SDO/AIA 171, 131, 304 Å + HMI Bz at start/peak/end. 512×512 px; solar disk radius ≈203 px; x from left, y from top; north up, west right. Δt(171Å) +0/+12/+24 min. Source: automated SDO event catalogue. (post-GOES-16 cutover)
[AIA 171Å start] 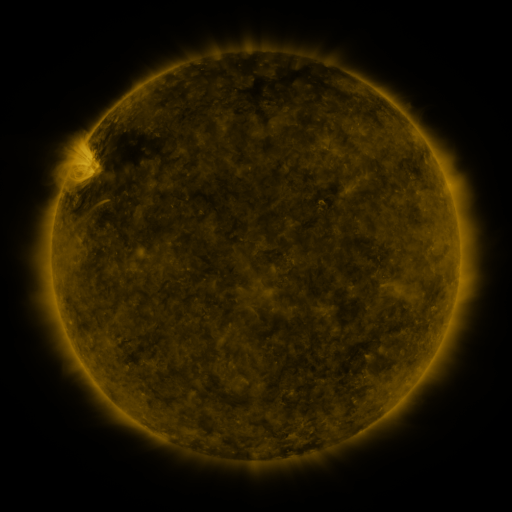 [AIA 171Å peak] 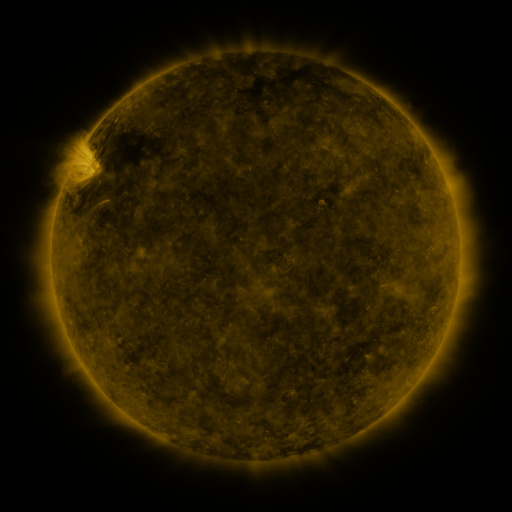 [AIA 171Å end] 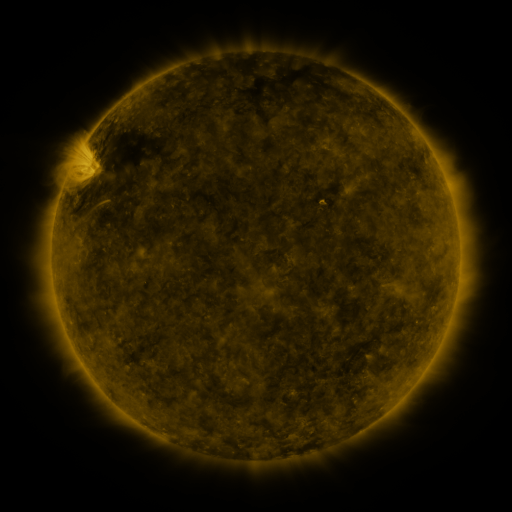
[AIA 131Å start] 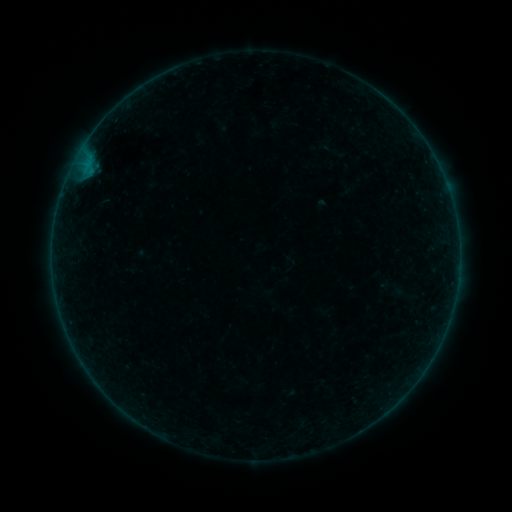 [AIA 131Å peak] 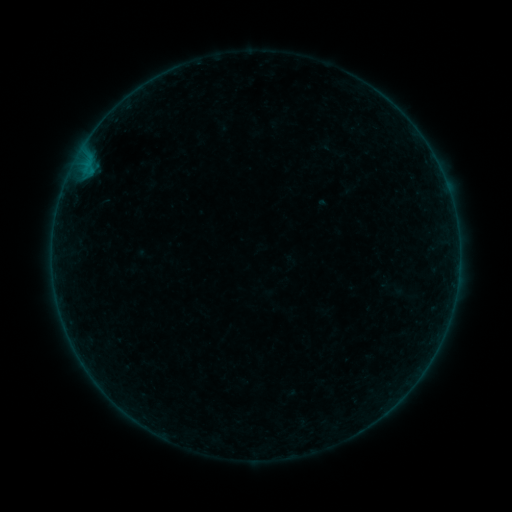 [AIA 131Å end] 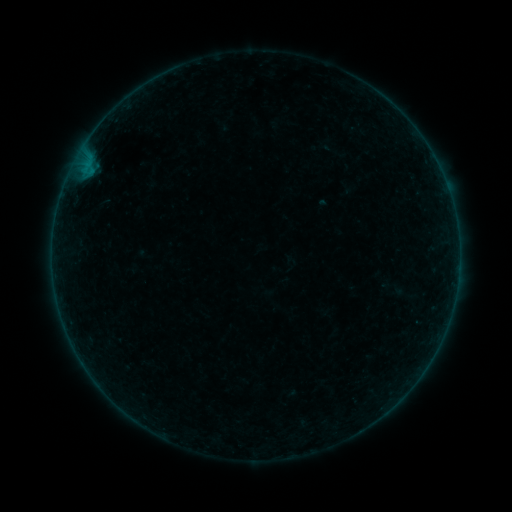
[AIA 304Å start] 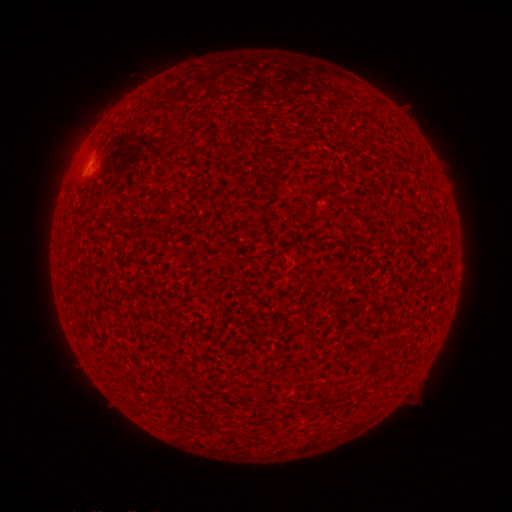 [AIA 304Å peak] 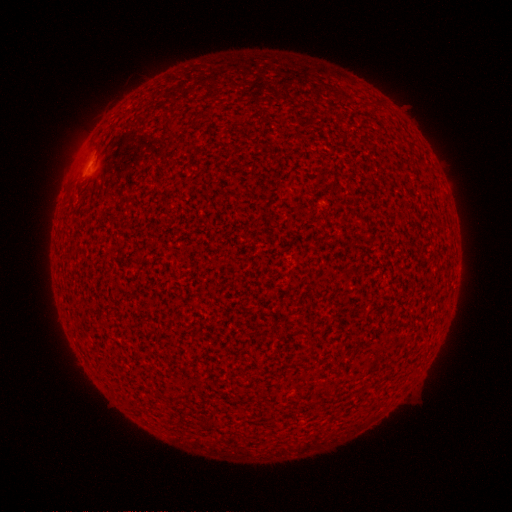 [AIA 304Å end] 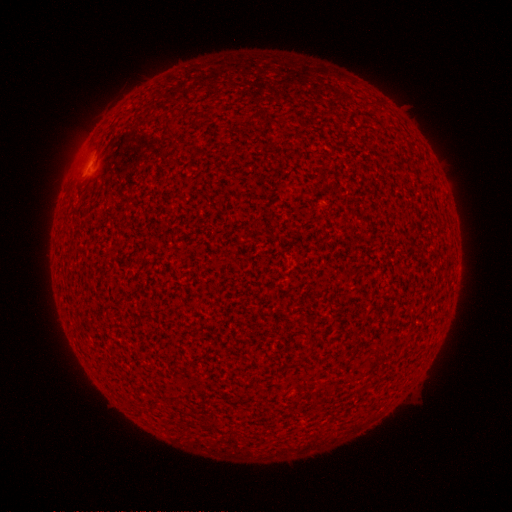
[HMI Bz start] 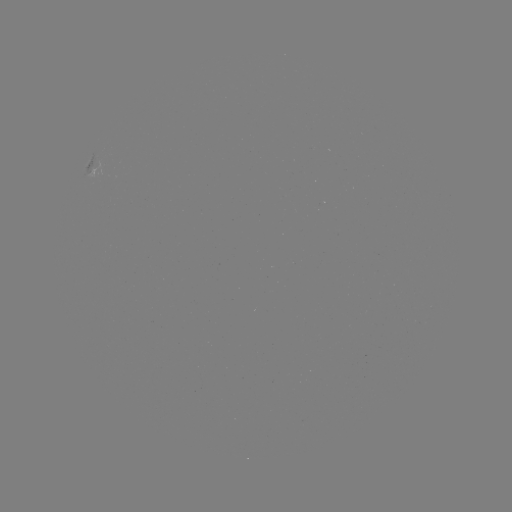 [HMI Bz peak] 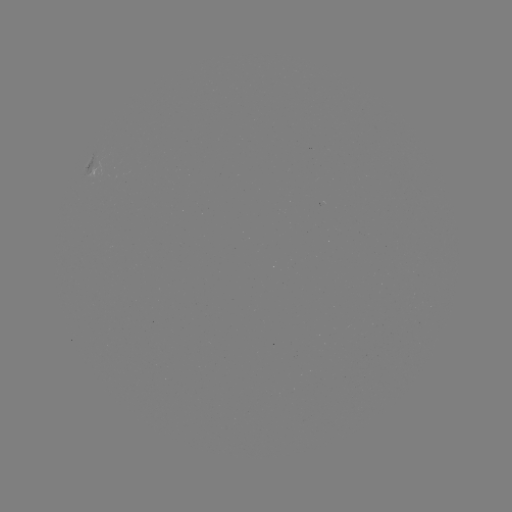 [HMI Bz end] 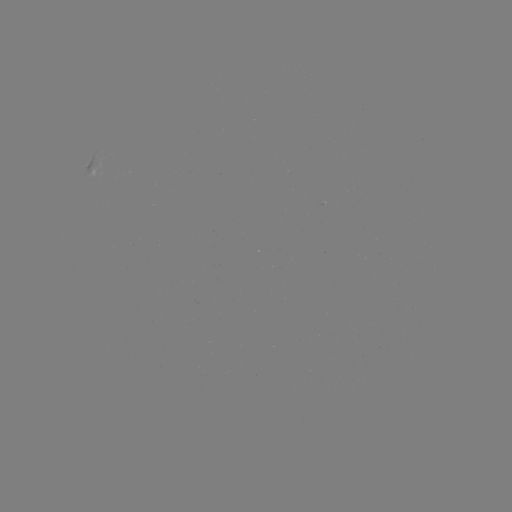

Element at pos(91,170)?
A7.3 flare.